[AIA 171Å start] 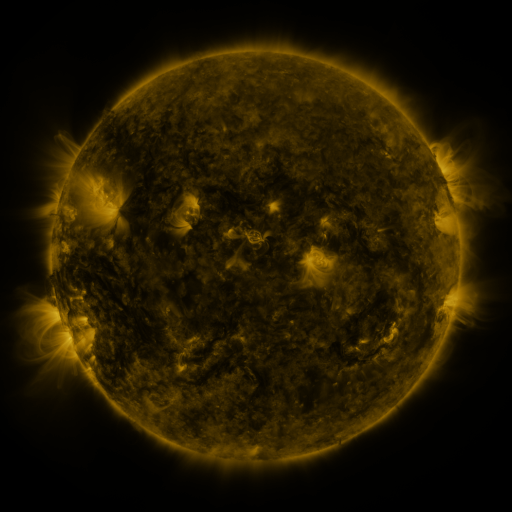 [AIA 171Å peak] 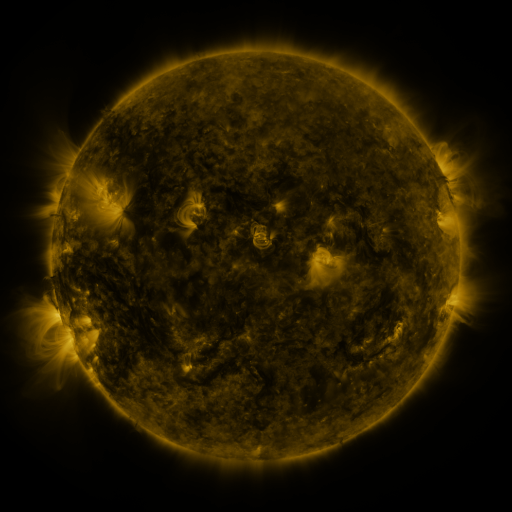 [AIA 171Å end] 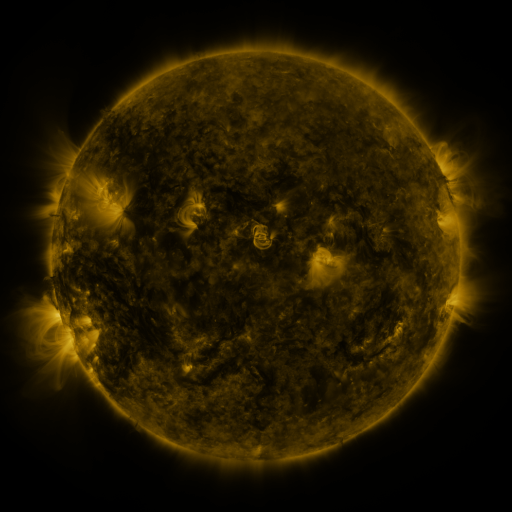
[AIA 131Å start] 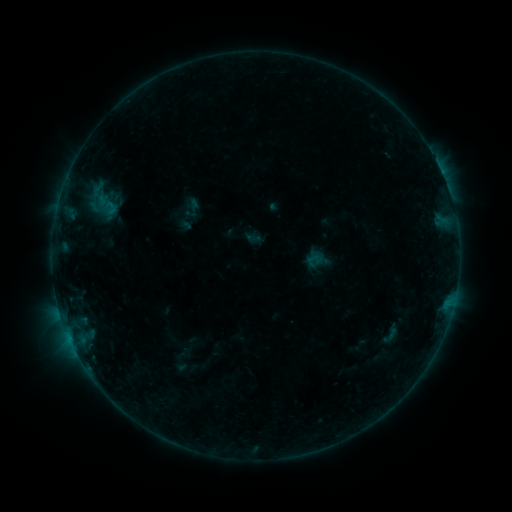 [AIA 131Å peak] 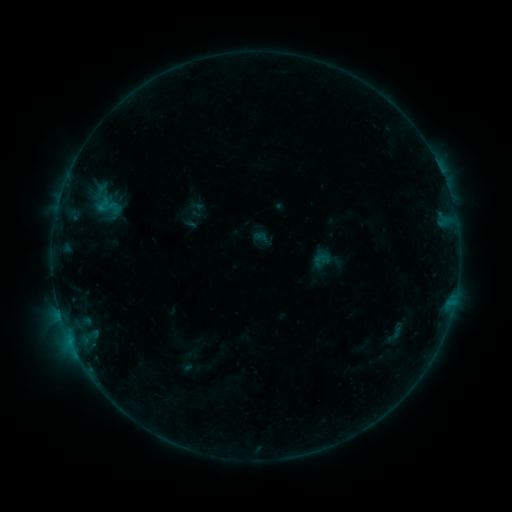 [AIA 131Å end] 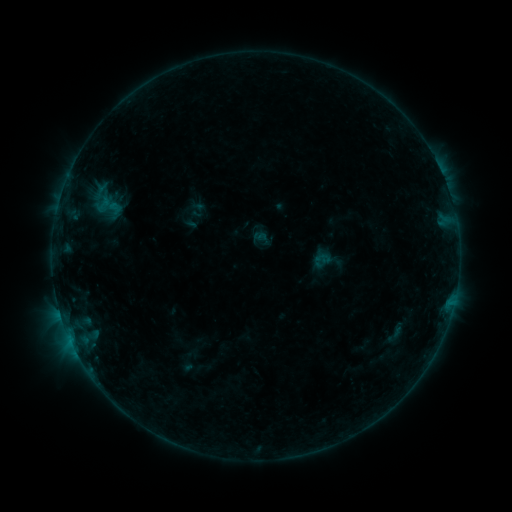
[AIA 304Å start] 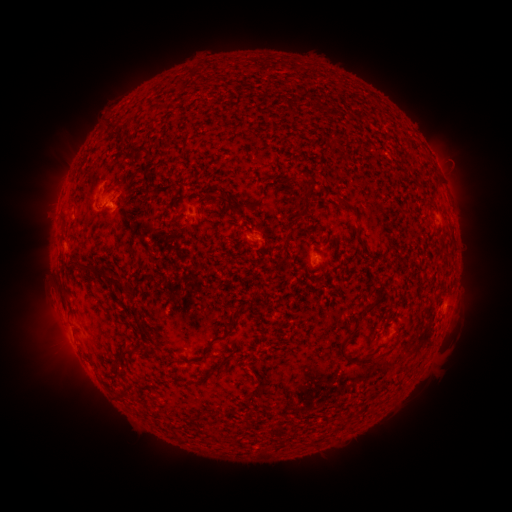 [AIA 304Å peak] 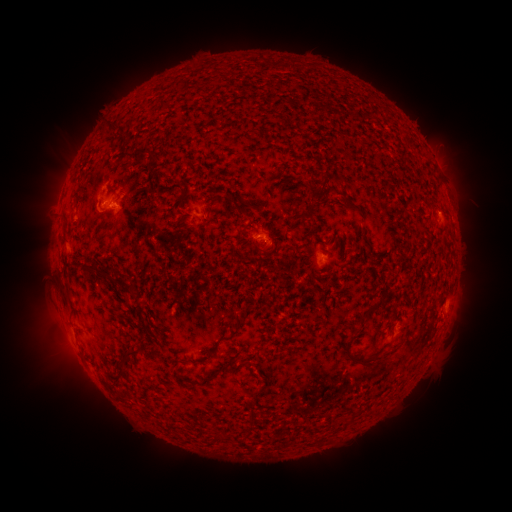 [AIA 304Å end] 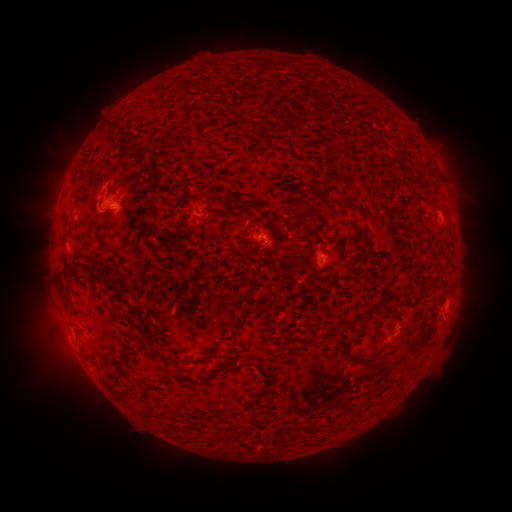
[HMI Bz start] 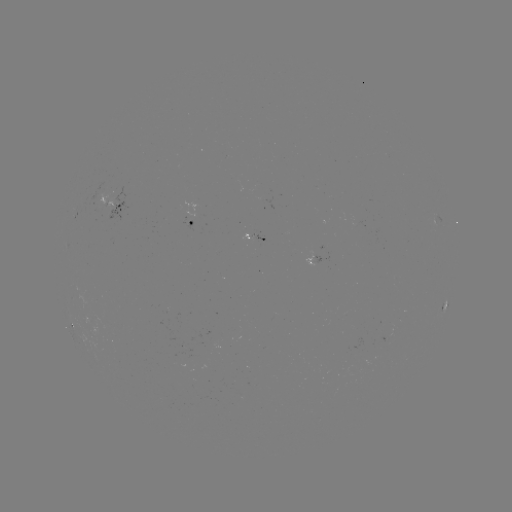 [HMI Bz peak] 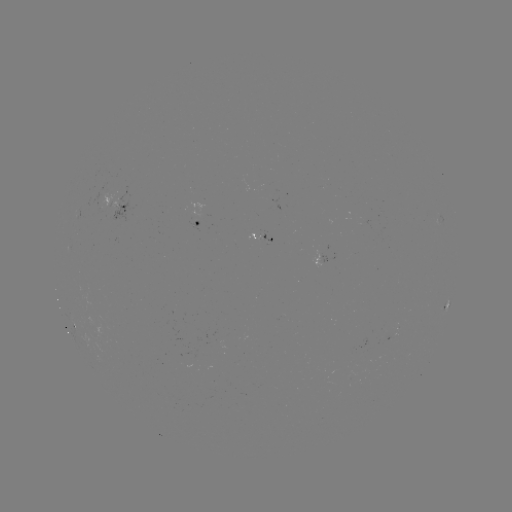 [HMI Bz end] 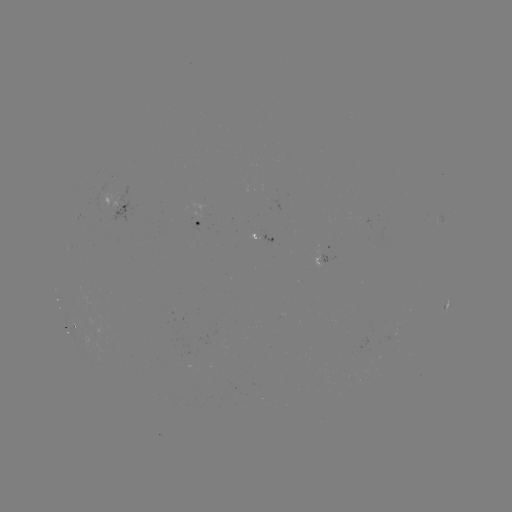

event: emerging-flux region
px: (259, 234)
